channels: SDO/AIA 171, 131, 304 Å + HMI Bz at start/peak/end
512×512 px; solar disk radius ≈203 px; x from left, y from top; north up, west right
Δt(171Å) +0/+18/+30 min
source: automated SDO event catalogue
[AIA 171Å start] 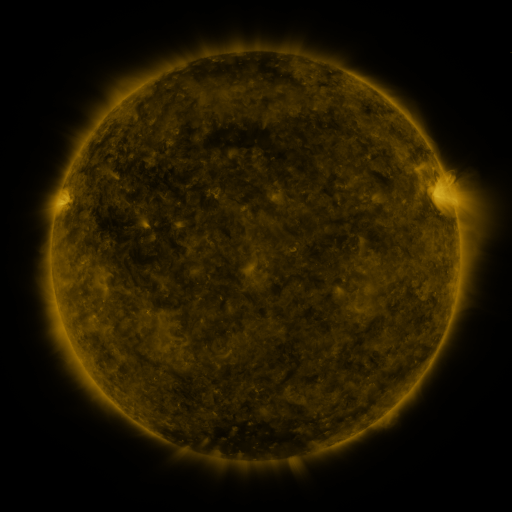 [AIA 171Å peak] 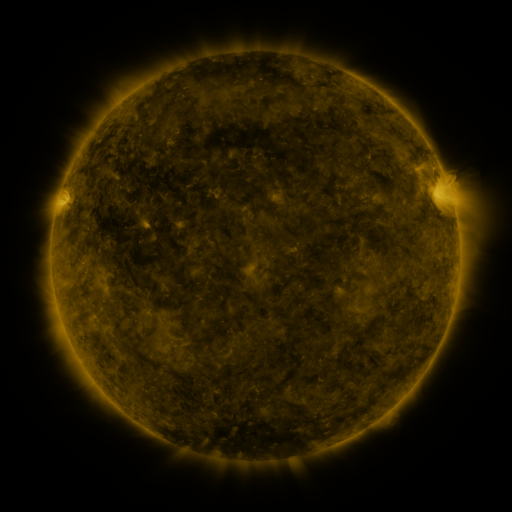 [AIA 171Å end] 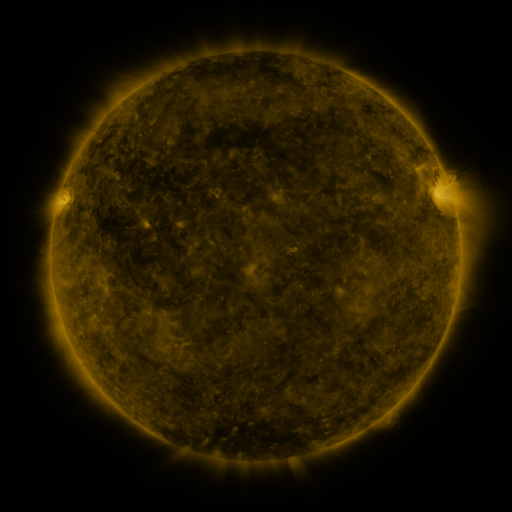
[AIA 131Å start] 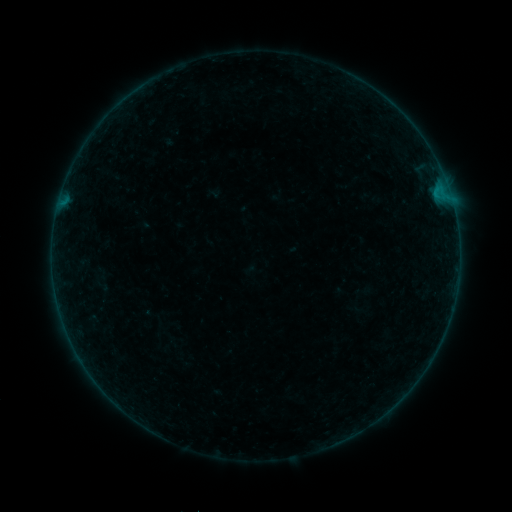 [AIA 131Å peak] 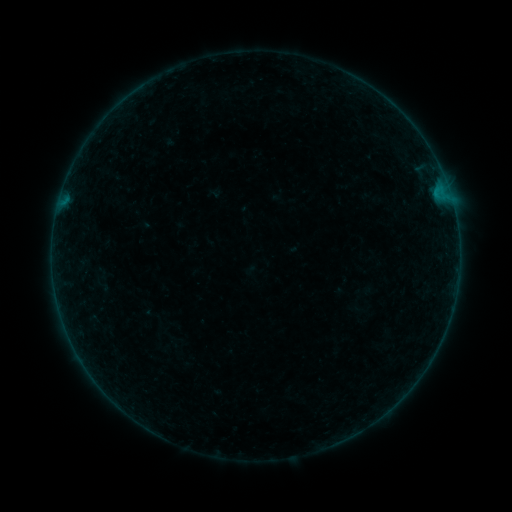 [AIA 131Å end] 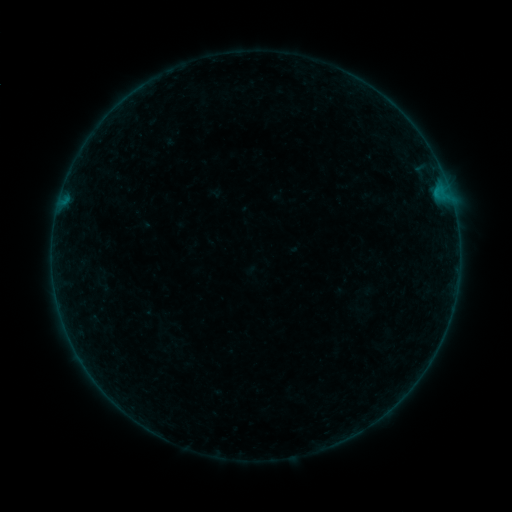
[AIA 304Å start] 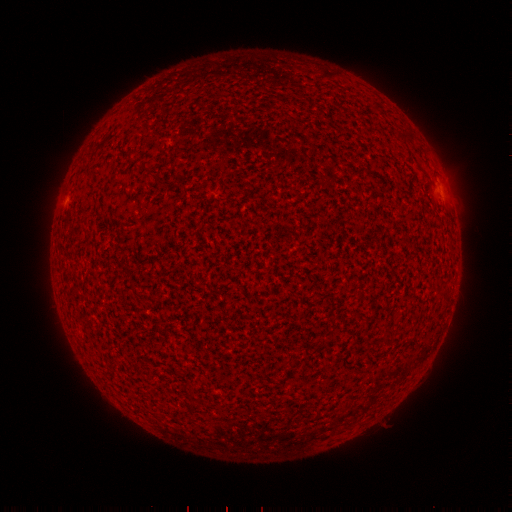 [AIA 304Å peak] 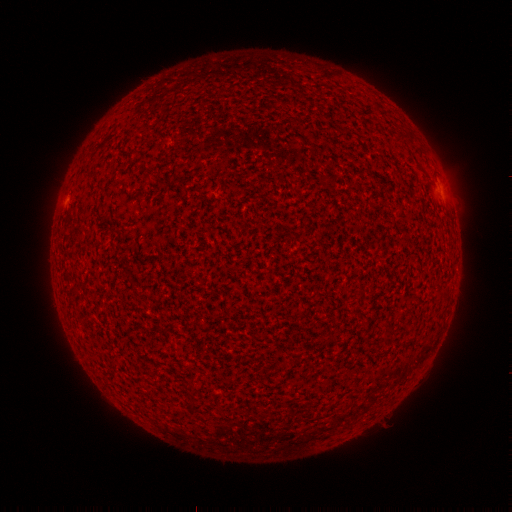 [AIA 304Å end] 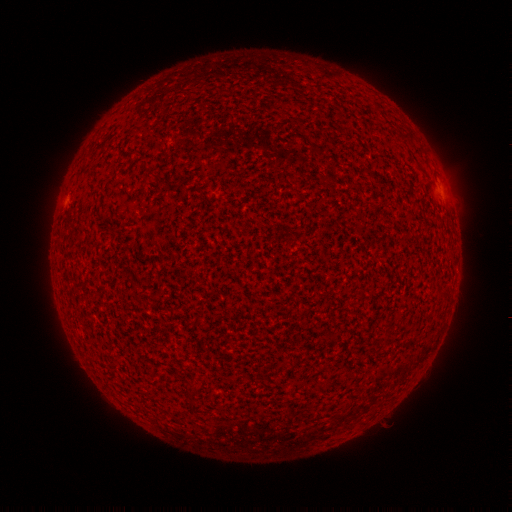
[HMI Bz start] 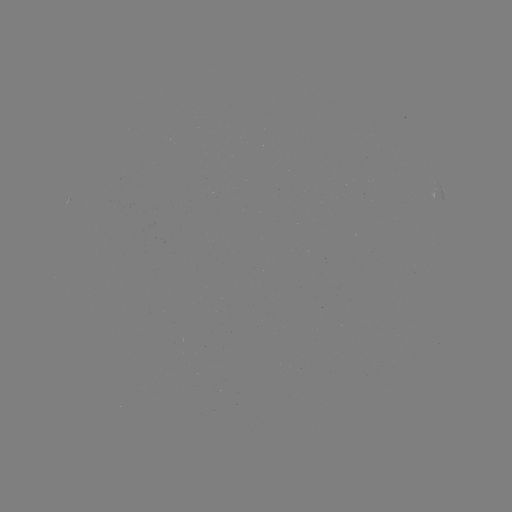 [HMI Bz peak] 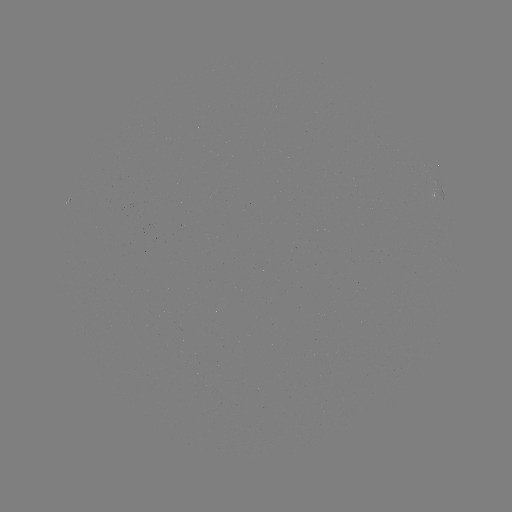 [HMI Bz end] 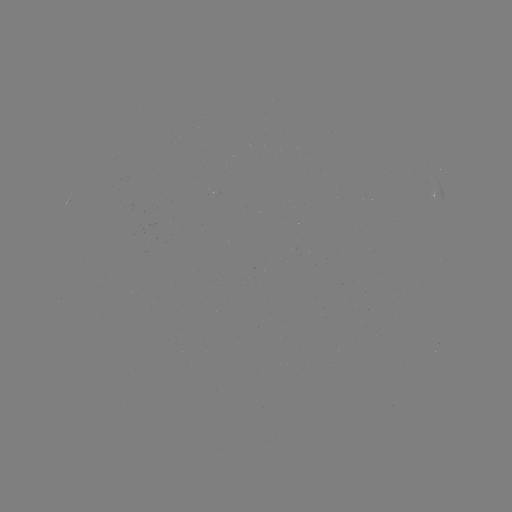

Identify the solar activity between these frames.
nothing was catalogued: no classed flare, no EUV trigger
